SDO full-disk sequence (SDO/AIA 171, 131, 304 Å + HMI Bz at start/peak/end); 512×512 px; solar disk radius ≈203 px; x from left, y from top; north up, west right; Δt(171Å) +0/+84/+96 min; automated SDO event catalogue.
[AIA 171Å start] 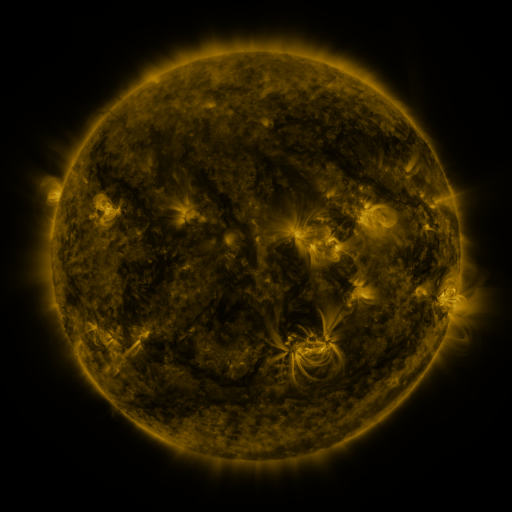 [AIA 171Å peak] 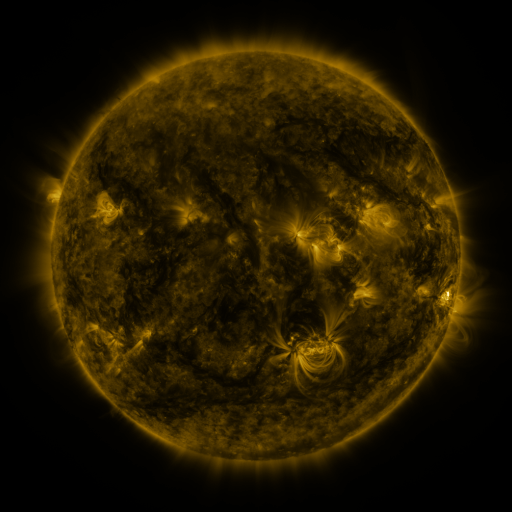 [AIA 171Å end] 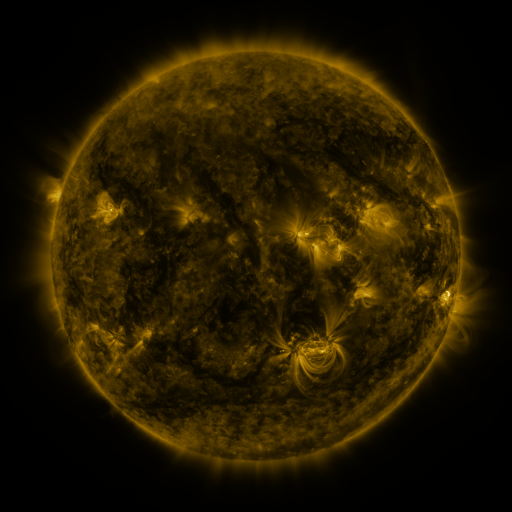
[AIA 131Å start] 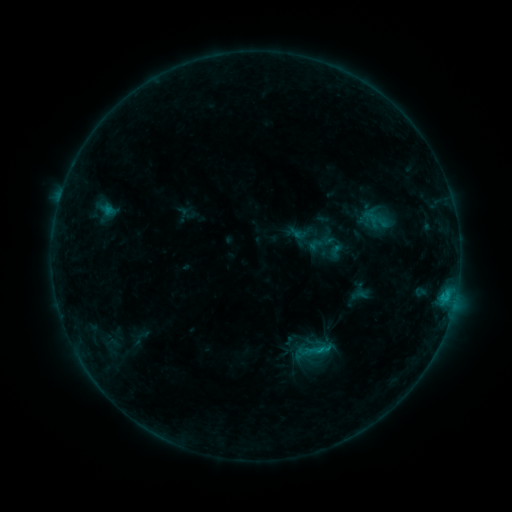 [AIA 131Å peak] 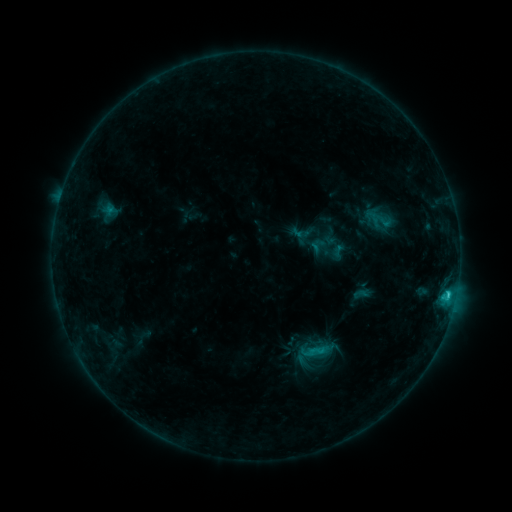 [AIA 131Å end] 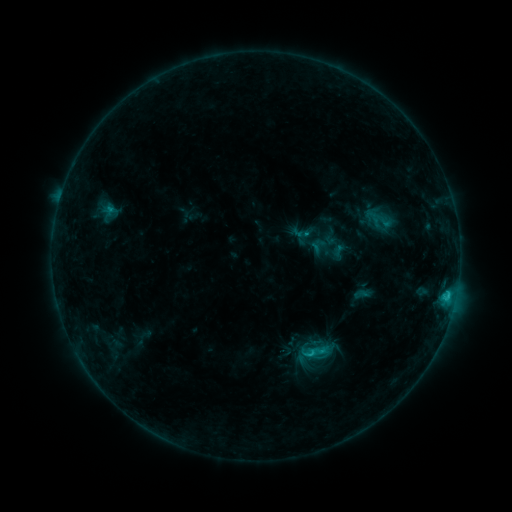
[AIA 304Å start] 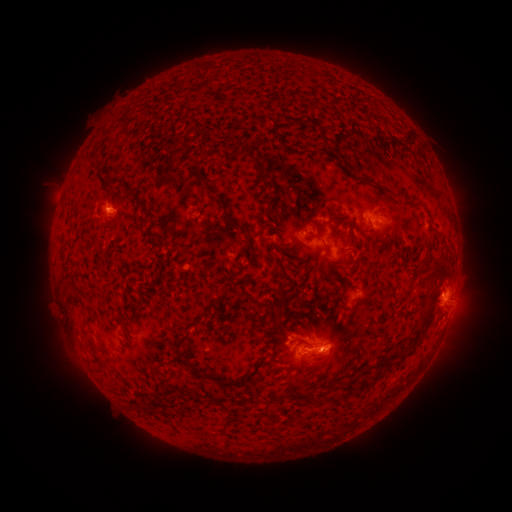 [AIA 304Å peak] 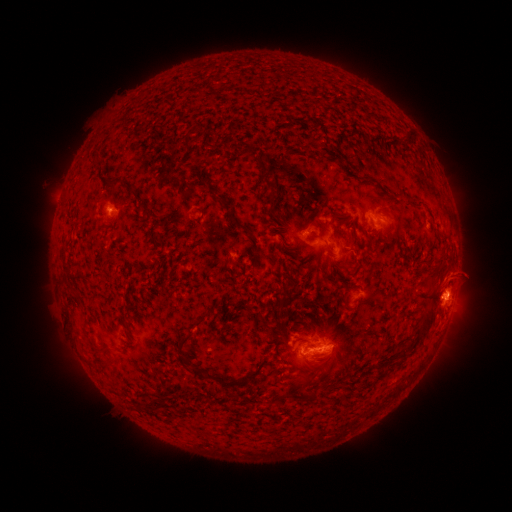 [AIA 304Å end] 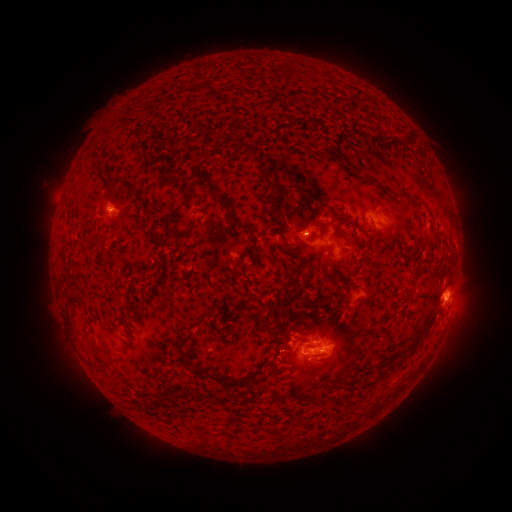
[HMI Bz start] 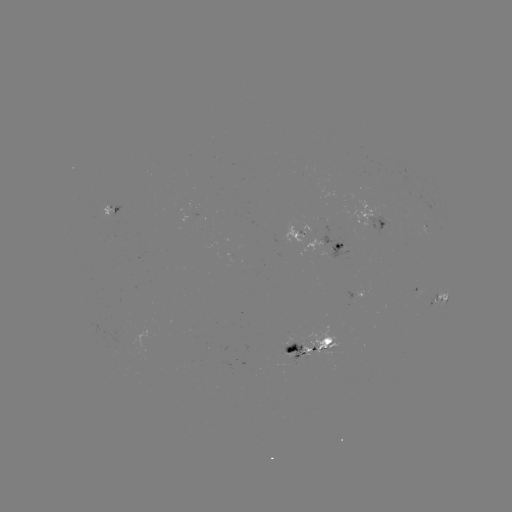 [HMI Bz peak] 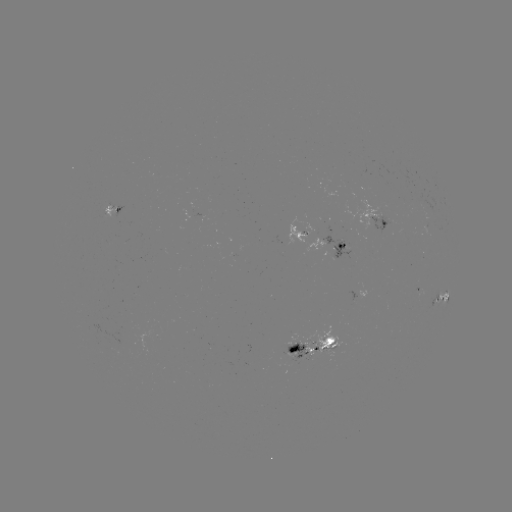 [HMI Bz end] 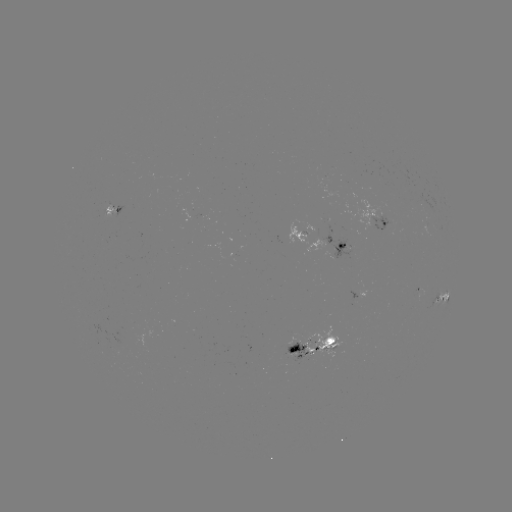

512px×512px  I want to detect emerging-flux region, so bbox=[301, 327, 342, 357].